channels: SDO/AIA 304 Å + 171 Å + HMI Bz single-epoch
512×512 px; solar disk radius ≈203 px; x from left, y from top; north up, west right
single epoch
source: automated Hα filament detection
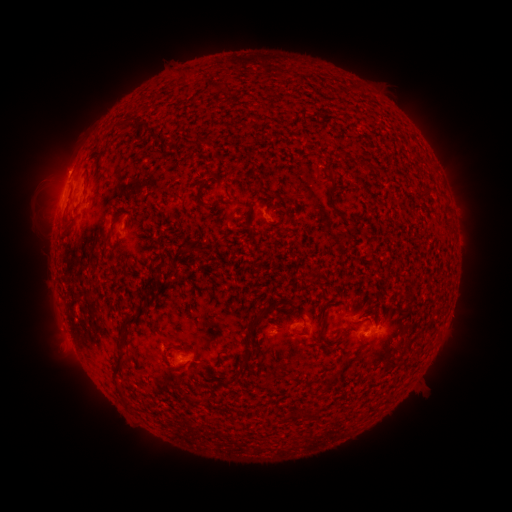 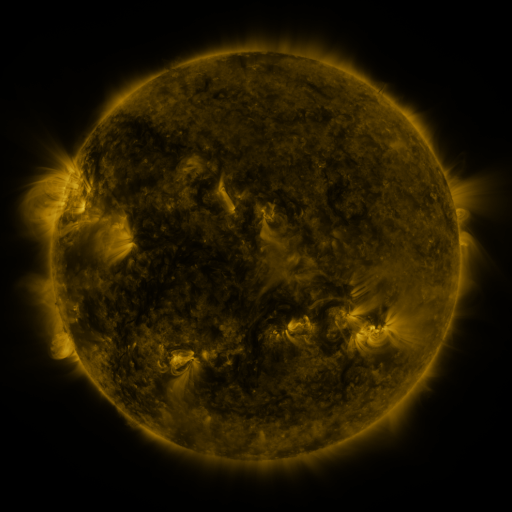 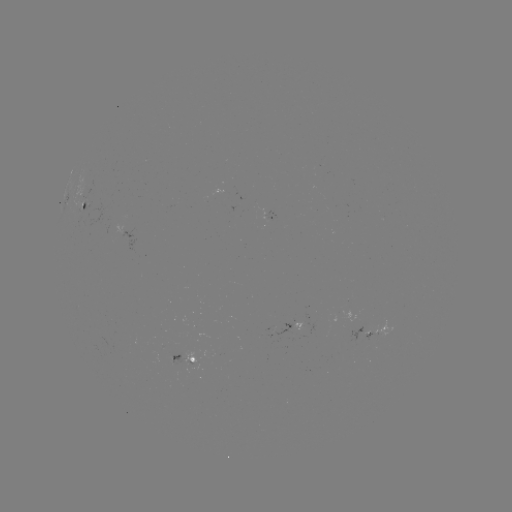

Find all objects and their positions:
filament: (216, 87)
filament: (228, 102)
filament: (256, 189)
filament: (198, 193)
filament: (332, 197)
filament: (264, 201)
filament: (288, 202)
filament: (216, 204)
filament: (118, 214)
filament: (249, 217)
filament: (70, 220)
filament: (202, 252)
filament: (150, 280)
filament: (144, 299)
filament: (301, 317)
filament: (256, 320)
filament: (323, 326)
filament: (296, 333)
filament: (121, 346)
filament: (245, 356)
filament: (334, 374)
filament: (206, 396)
